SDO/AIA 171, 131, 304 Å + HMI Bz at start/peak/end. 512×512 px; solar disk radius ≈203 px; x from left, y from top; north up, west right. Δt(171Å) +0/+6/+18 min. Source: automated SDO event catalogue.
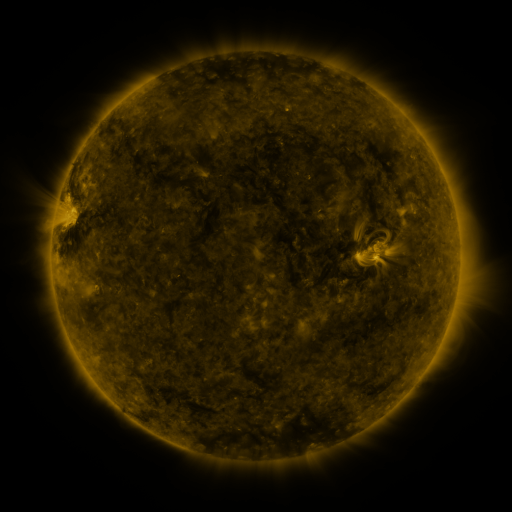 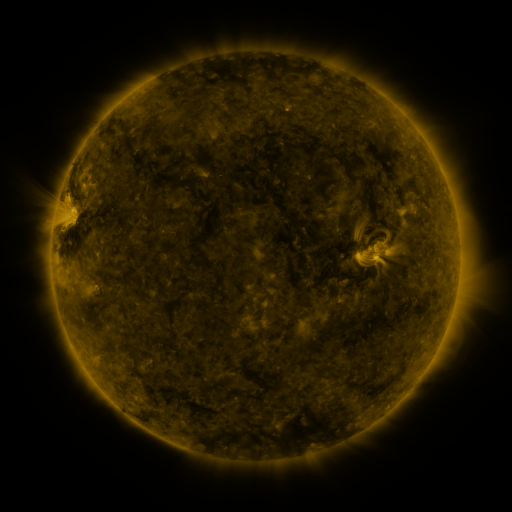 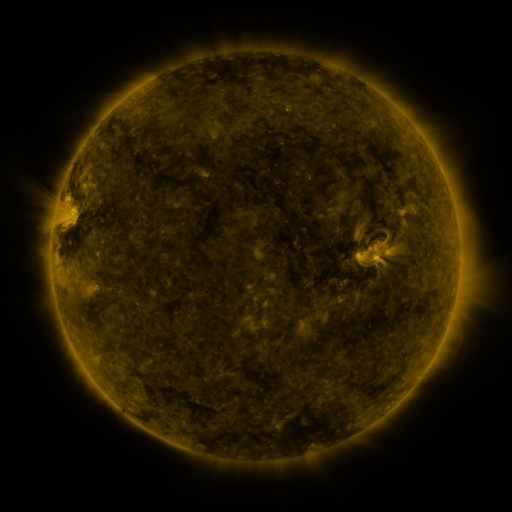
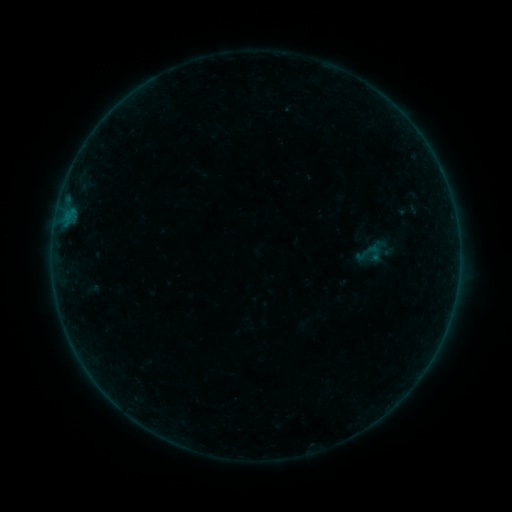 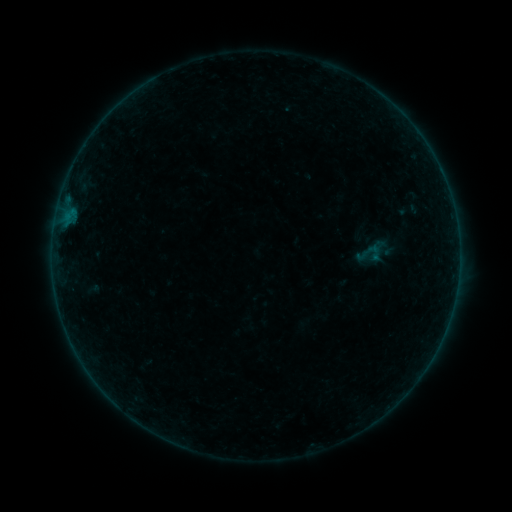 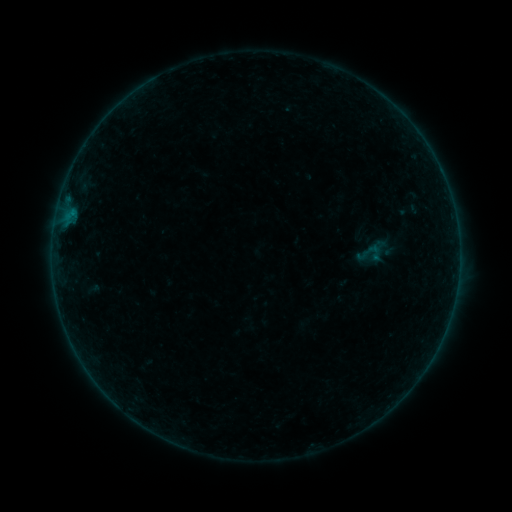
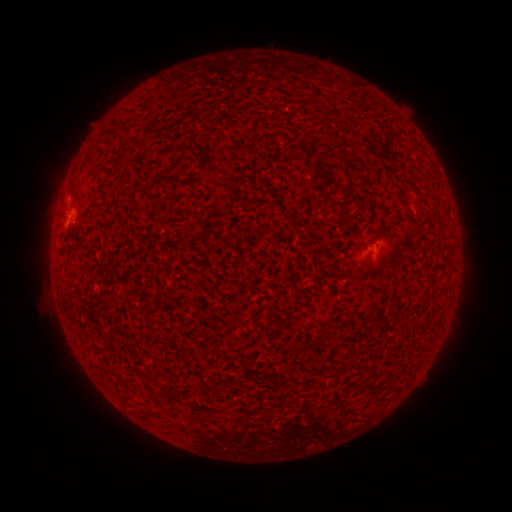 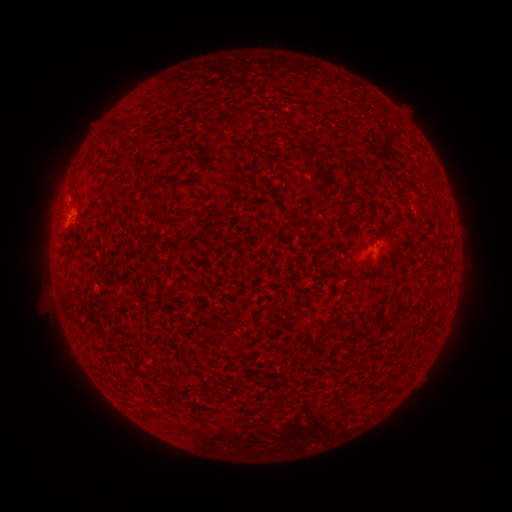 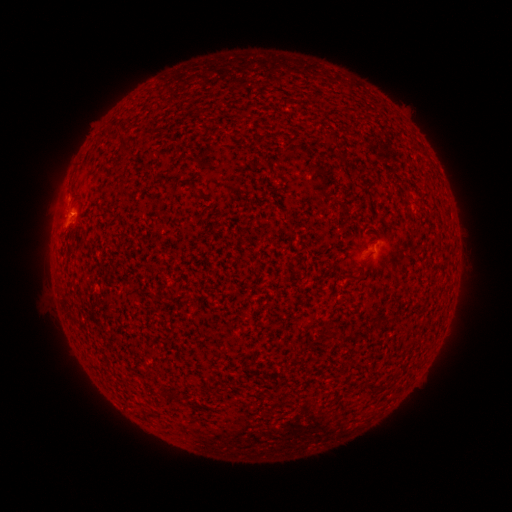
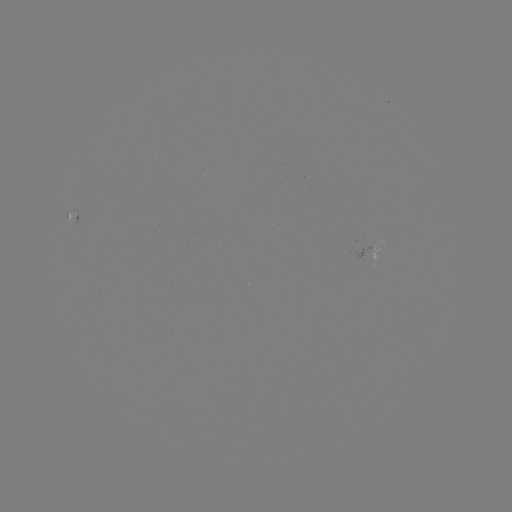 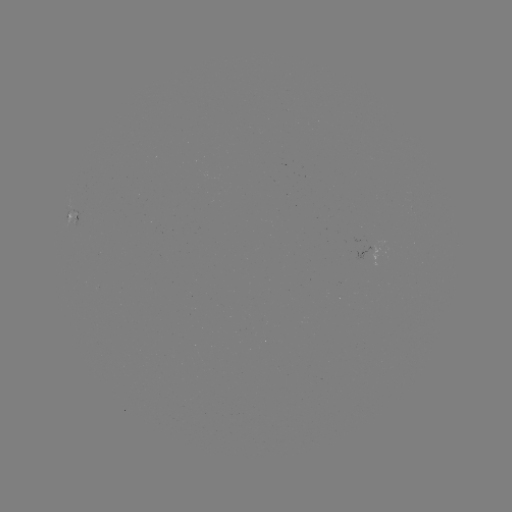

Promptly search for B1.1 flare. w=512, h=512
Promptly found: [73, 215].